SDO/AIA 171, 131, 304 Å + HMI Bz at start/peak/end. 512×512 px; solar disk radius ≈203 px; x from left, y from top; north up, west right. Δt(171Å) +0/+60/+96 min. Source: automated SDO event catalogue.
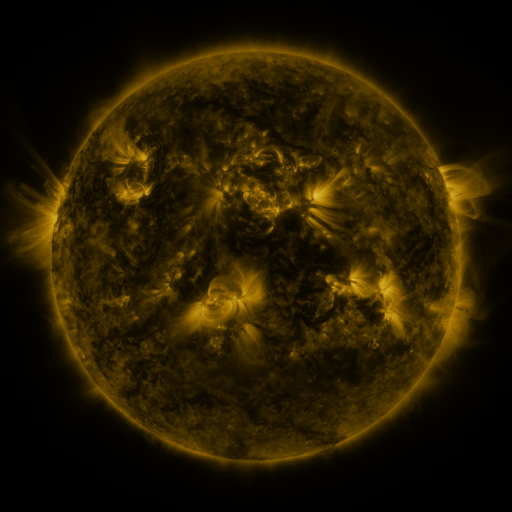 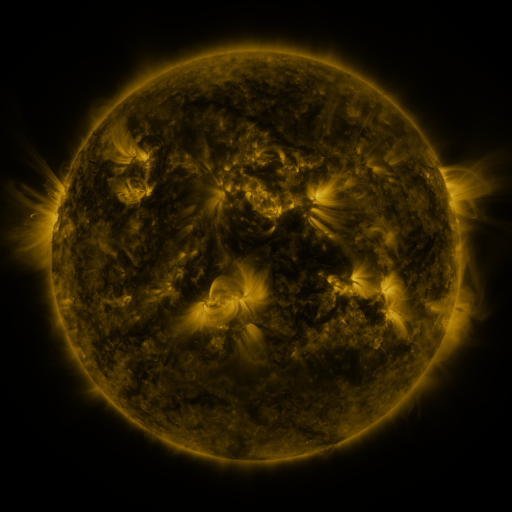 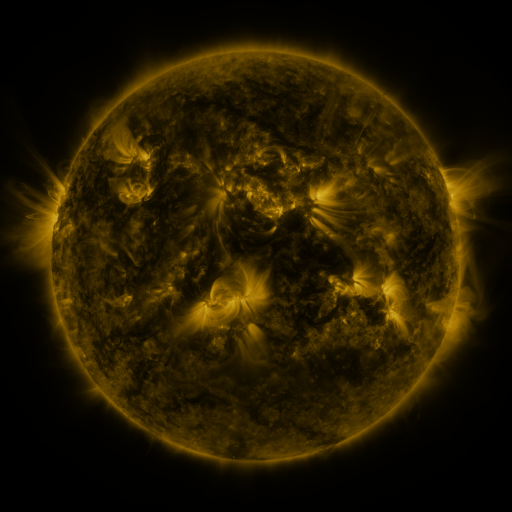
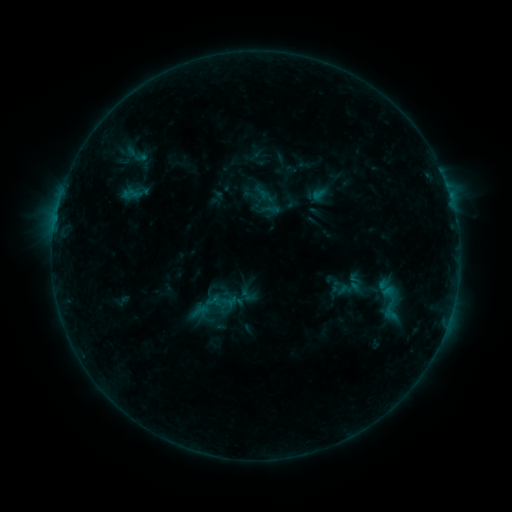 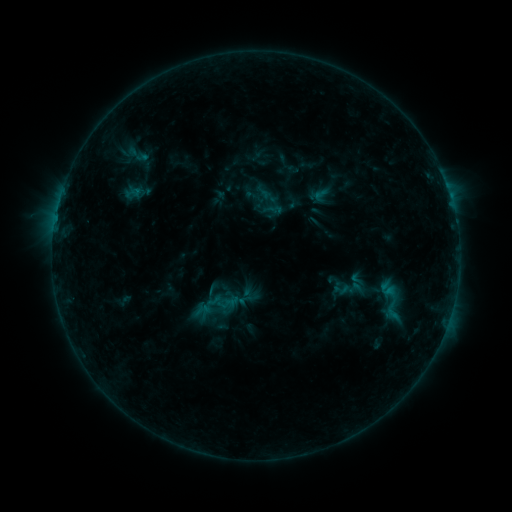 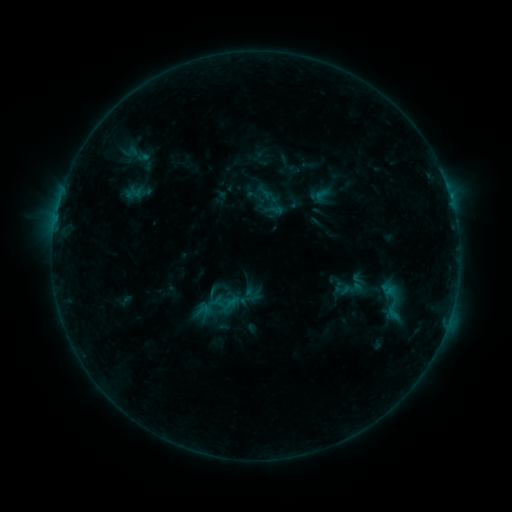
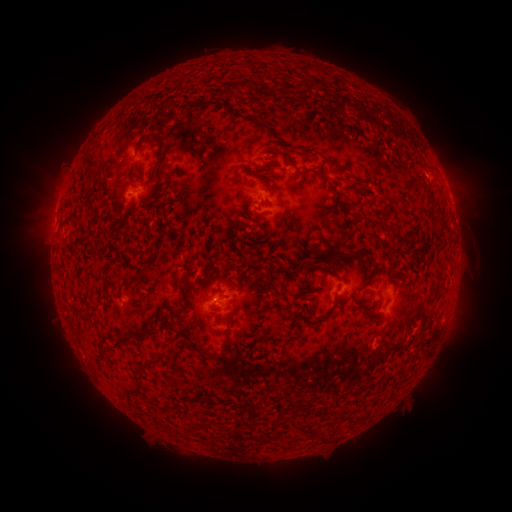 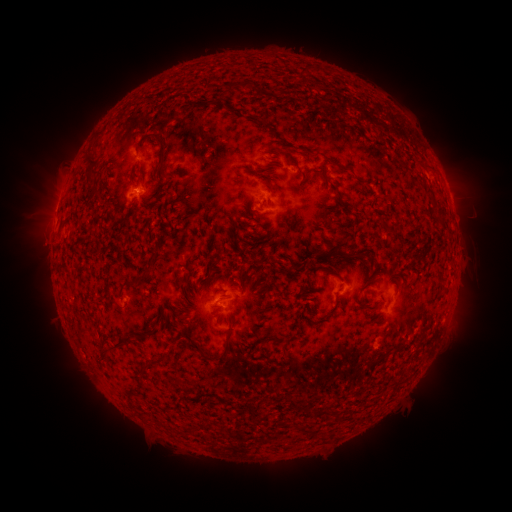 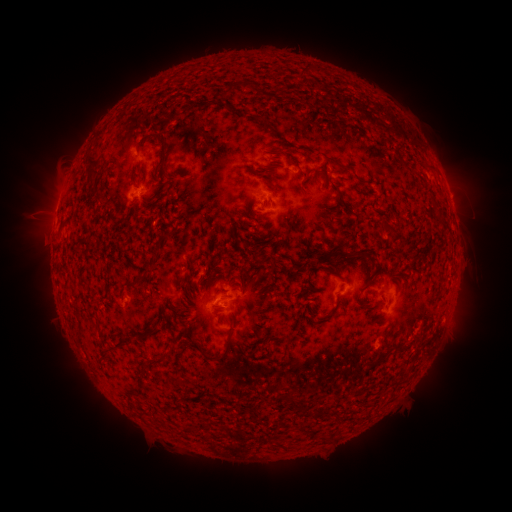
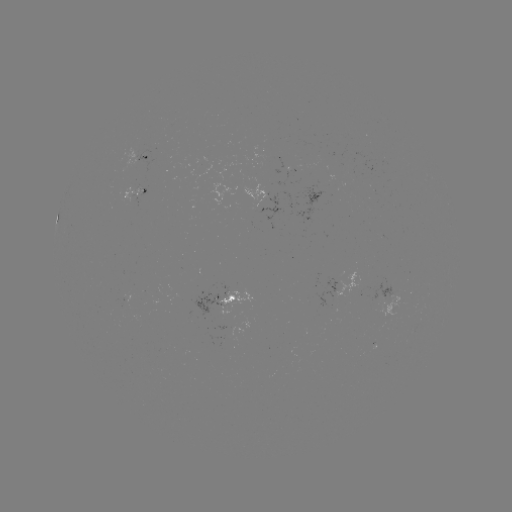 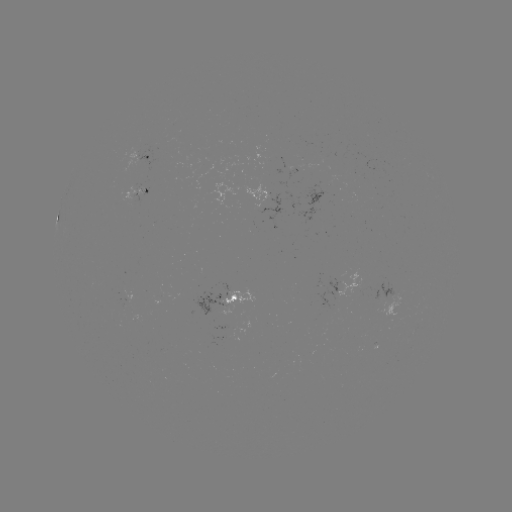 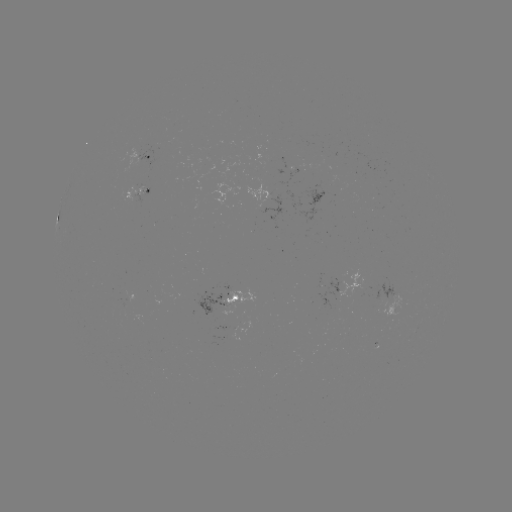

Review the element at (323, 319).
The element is emerging-flux region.